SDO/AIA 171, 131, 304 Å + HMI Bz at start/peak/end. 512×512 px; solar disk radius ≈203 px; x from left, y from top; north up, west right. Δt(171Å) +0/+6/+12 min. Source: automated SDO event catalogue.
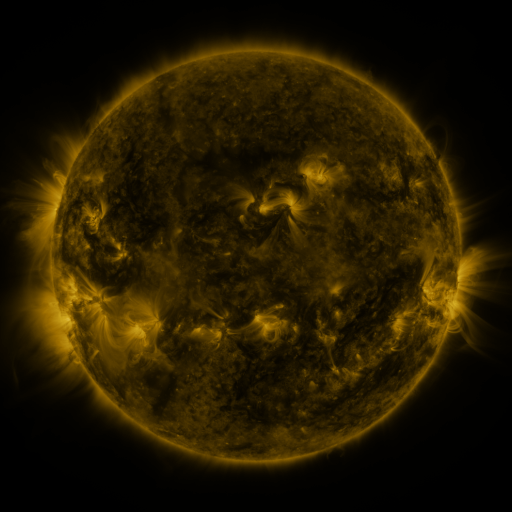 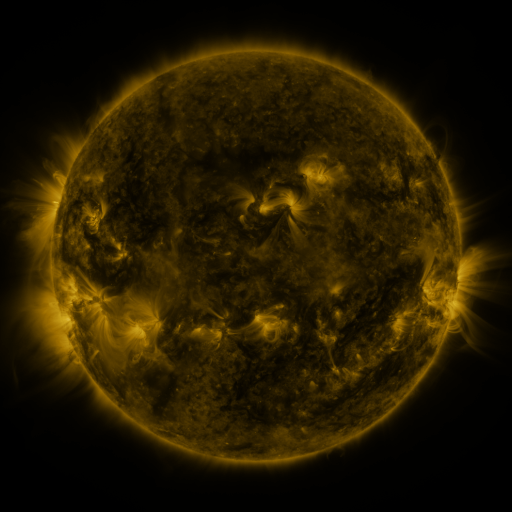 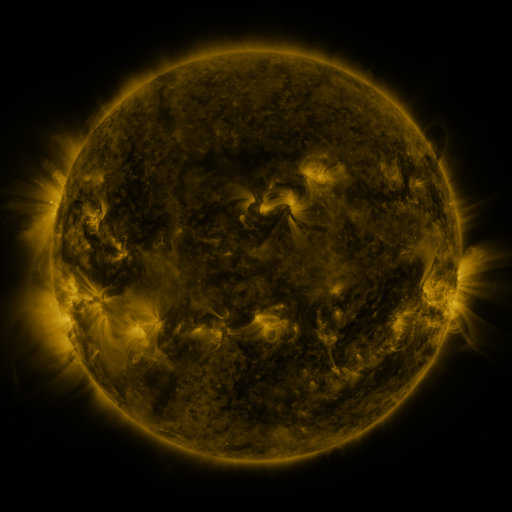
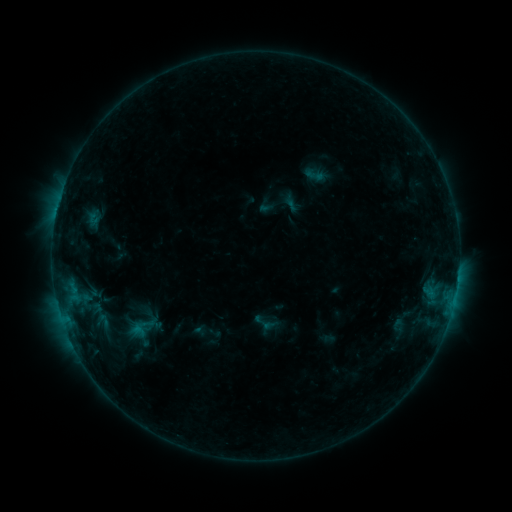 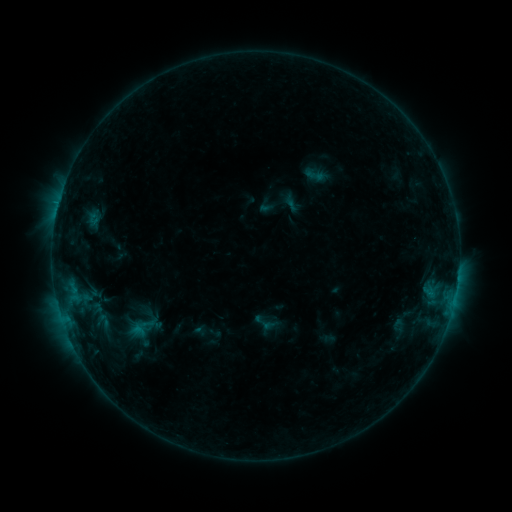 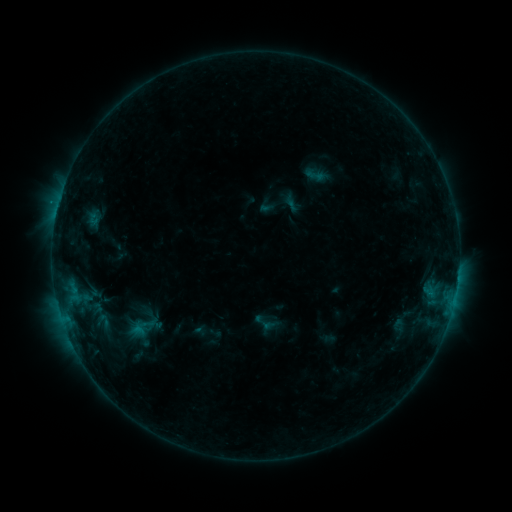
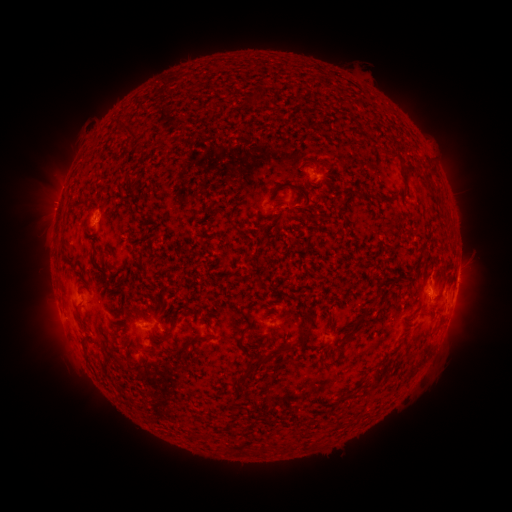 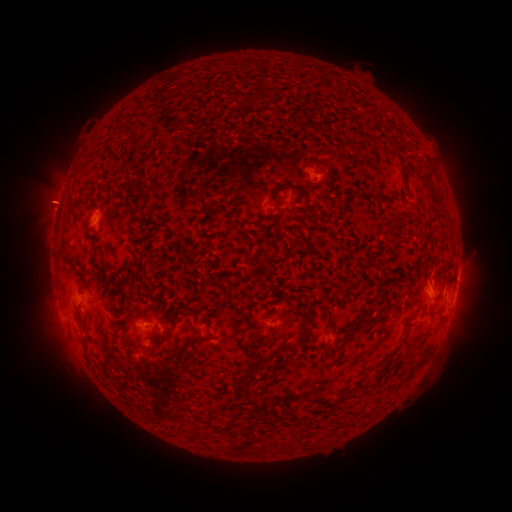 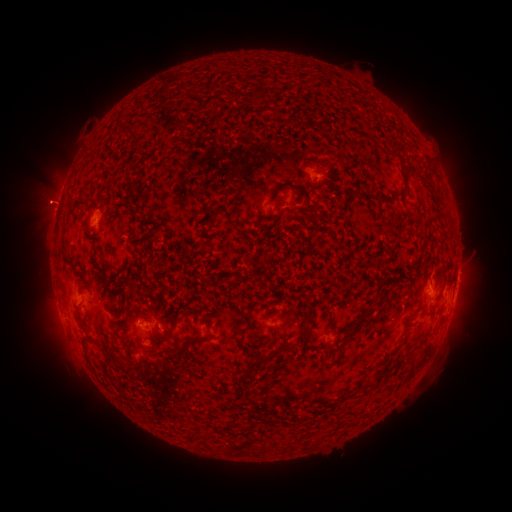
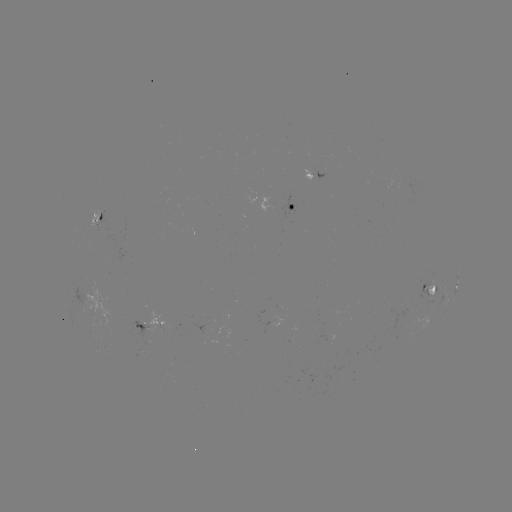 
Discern eruption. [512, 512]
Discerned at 45,201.